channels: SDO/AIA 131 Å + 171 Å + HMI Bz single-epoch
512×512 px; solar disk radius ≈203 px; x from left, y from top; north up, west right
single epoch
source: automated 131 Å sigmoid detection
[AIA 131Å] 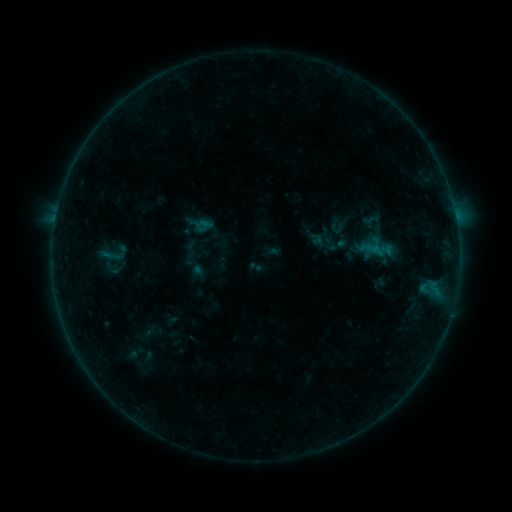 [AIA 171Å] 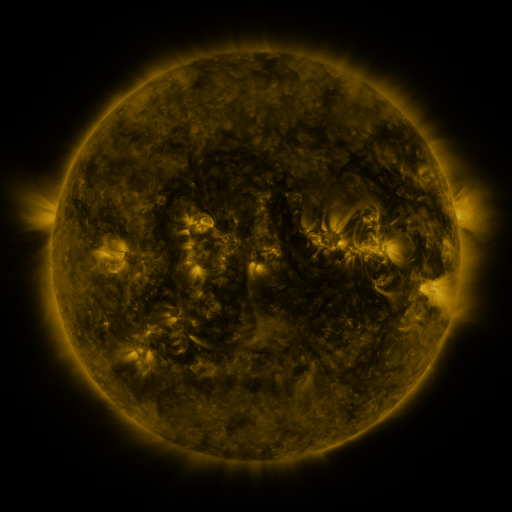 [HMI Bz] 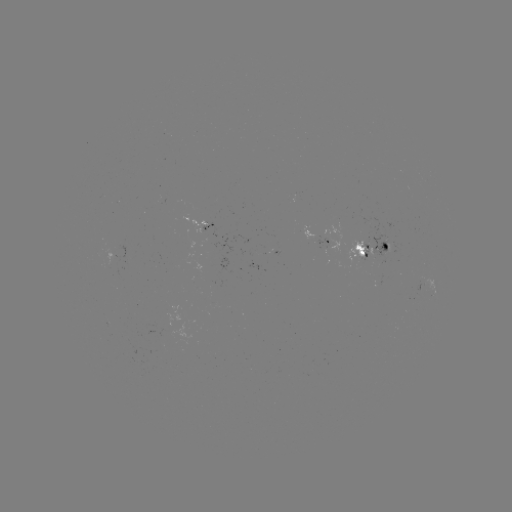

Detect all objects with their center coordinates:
sigmoid: <bbox>99, 234, 131, 273</bbox>
